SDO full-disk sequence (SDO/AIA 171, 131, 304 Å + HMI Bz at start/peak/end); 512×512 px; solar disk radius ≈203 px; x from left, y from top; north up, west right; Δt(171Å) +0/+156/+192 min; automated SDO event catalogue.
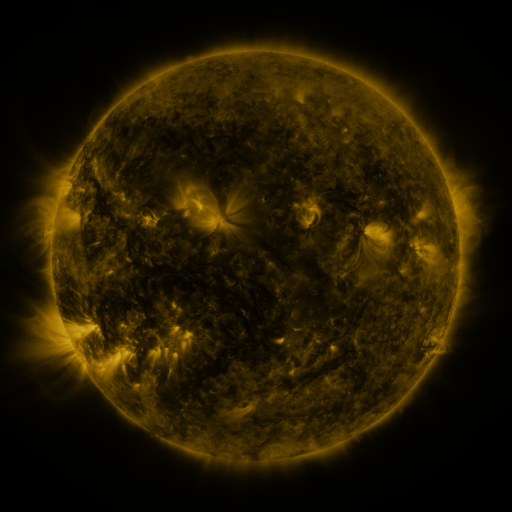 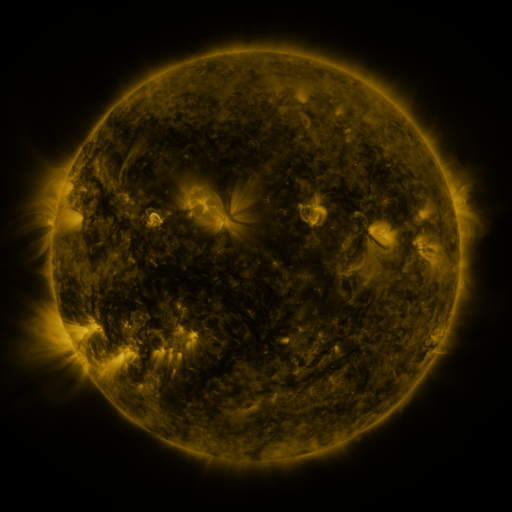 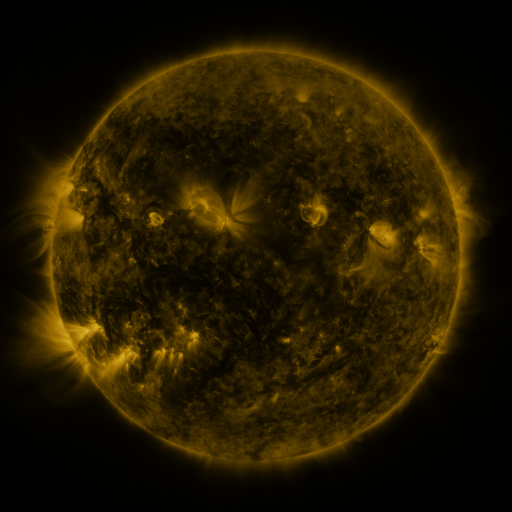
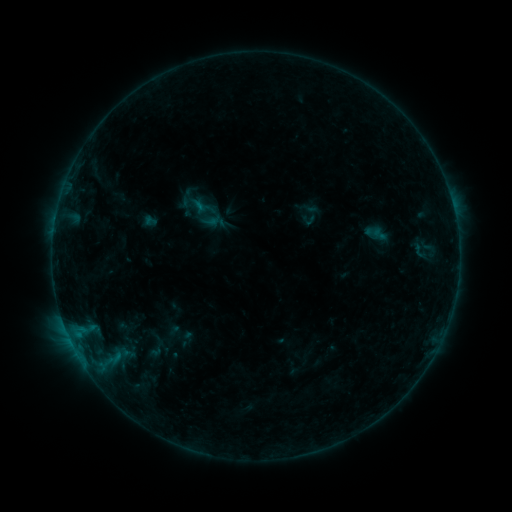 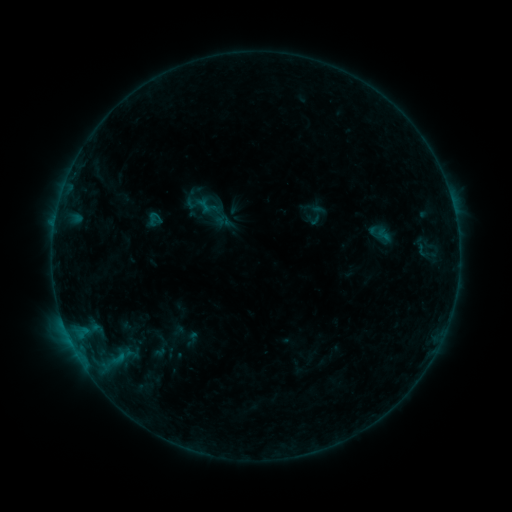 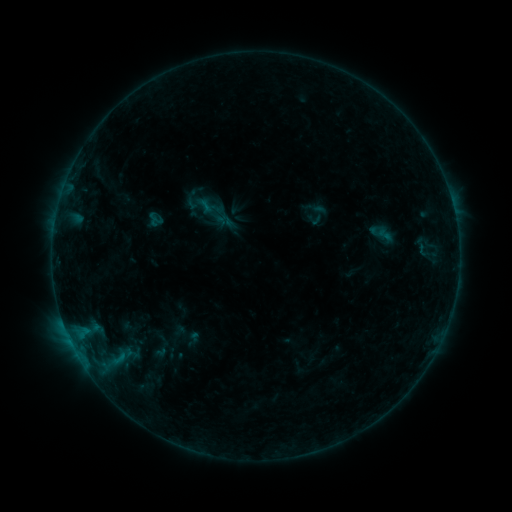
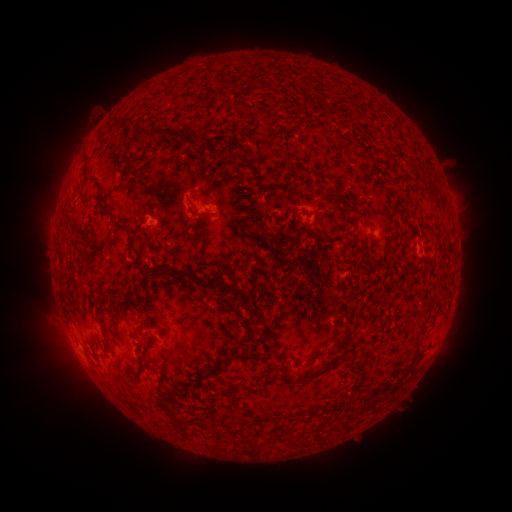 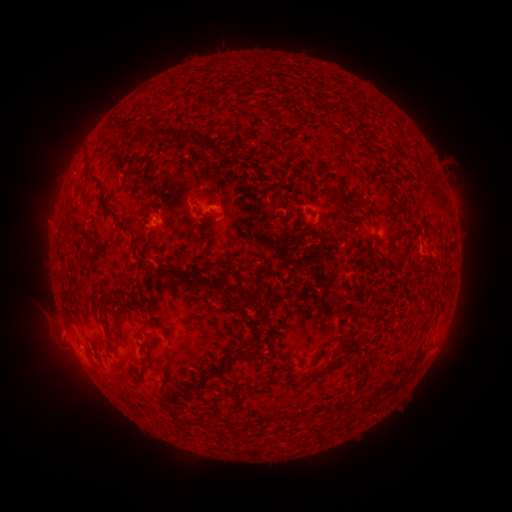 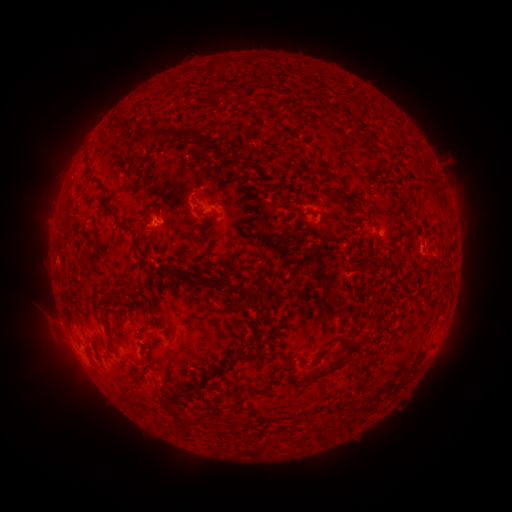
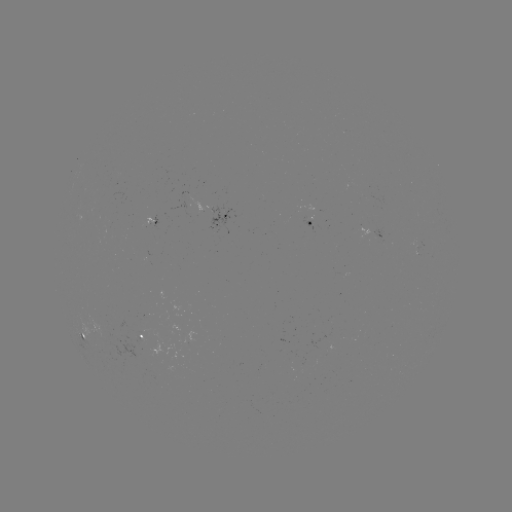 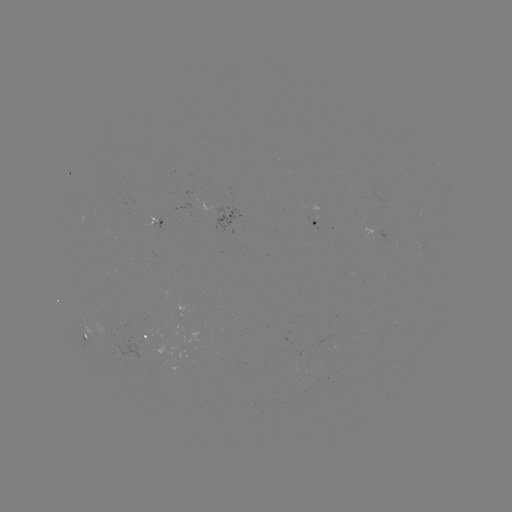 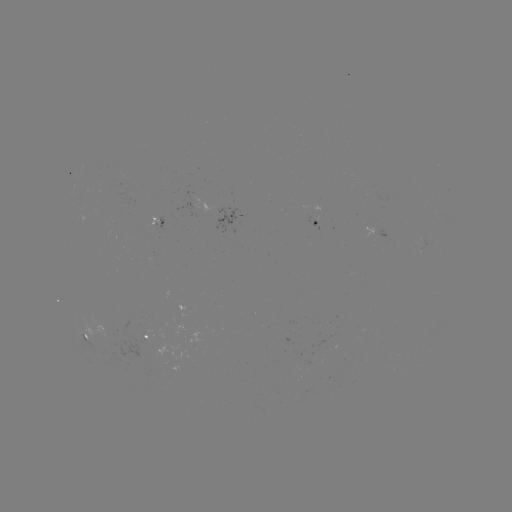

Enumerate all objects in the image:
emerging-flux region: (107, 330)
